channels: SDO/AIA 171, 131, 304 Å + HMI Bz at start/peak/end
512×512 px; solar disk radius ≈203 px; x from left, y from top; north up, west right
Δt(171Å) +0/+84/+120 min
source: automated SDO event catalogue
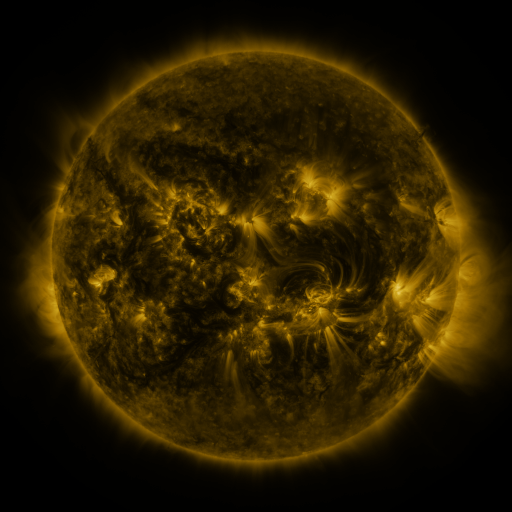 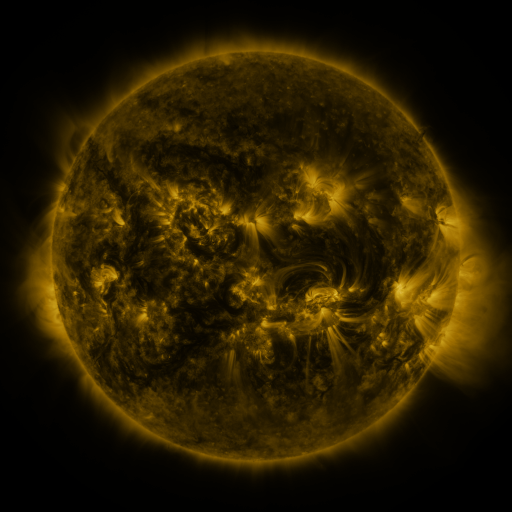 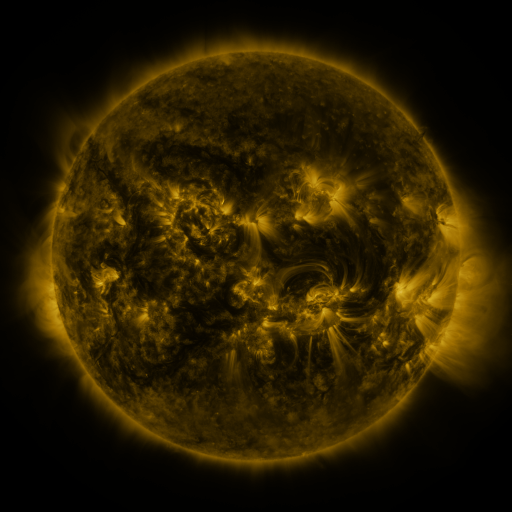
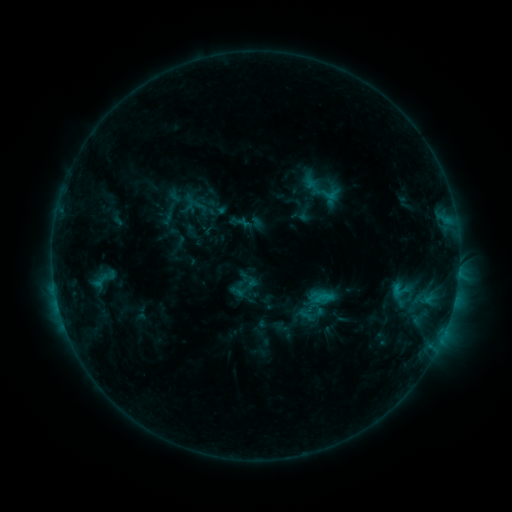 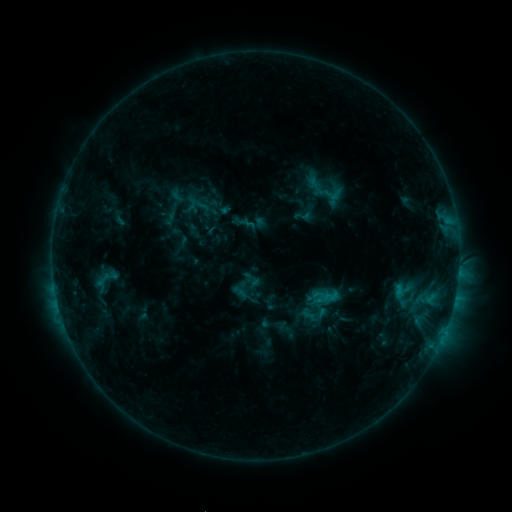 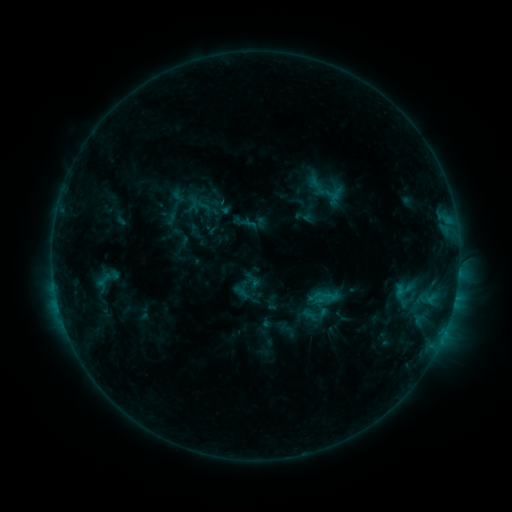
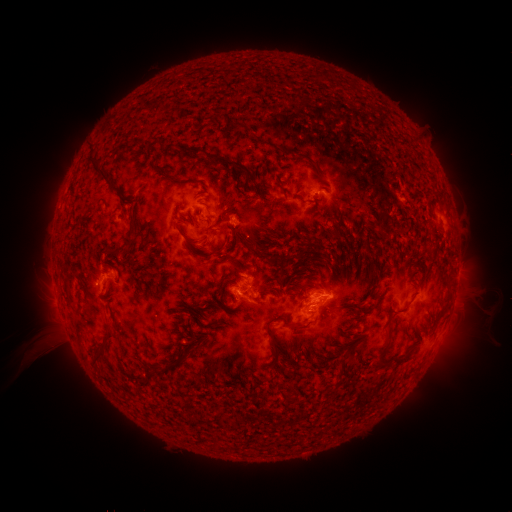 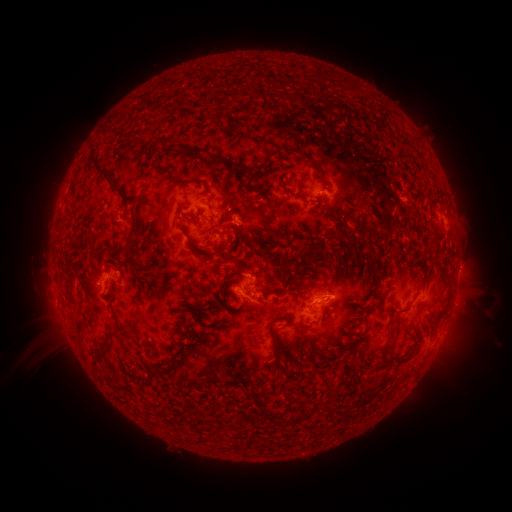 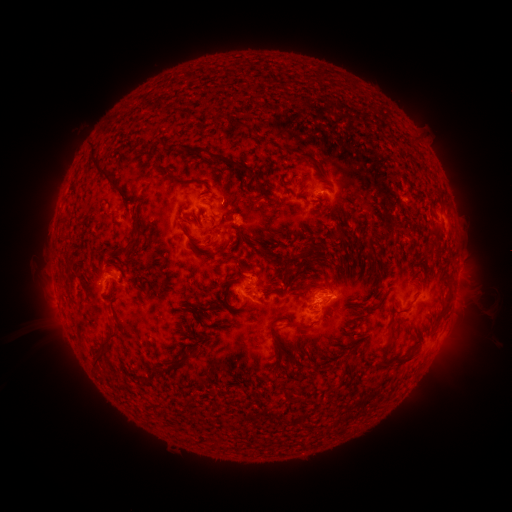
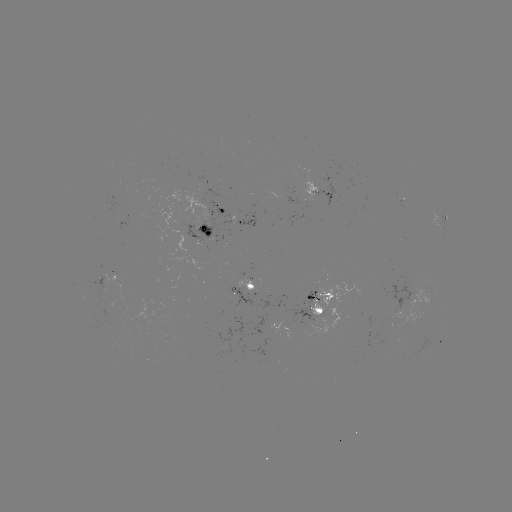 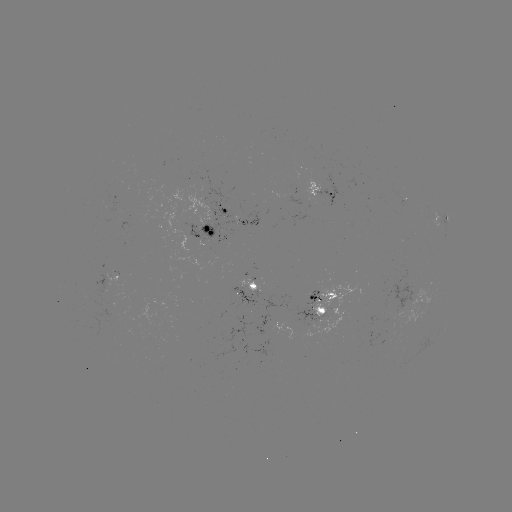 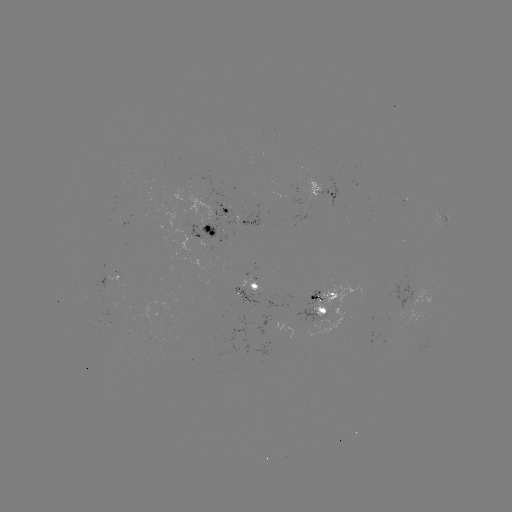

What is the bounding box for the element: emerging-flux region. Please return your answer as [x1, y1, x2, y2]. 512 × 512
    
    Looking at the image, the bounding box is [303, 180, 322, 204].